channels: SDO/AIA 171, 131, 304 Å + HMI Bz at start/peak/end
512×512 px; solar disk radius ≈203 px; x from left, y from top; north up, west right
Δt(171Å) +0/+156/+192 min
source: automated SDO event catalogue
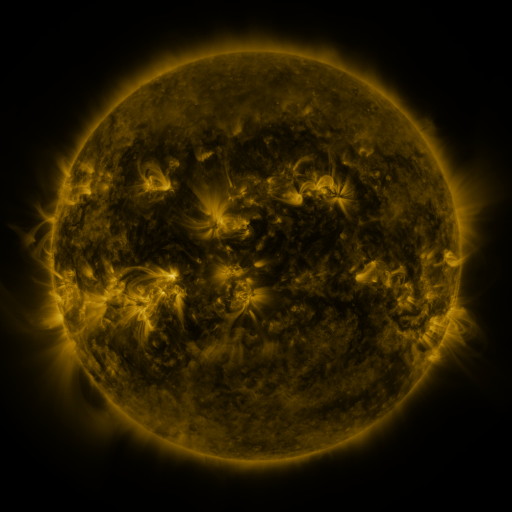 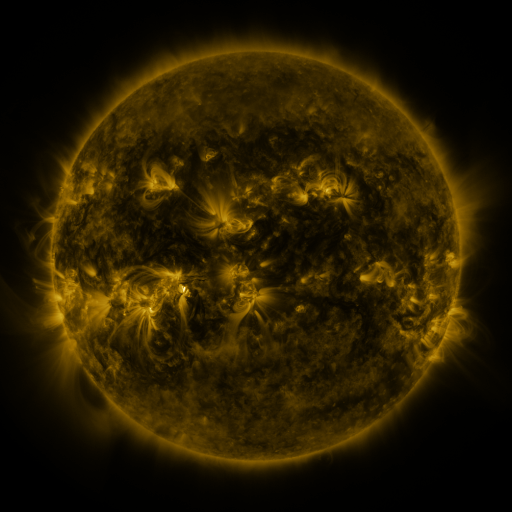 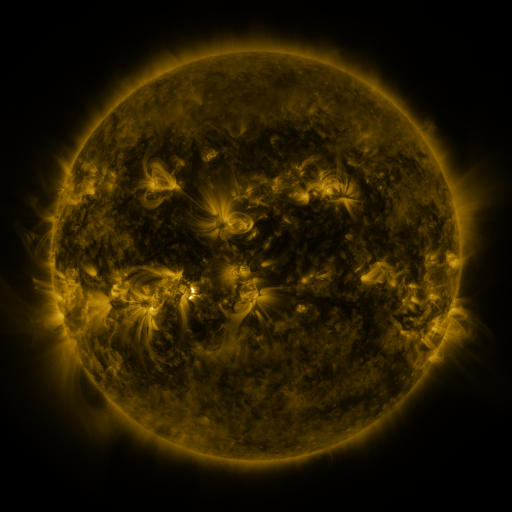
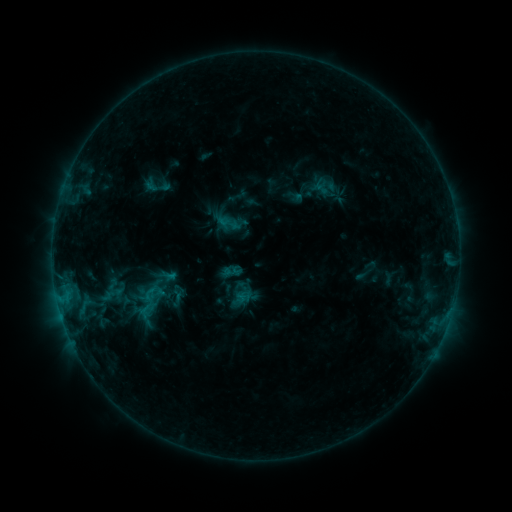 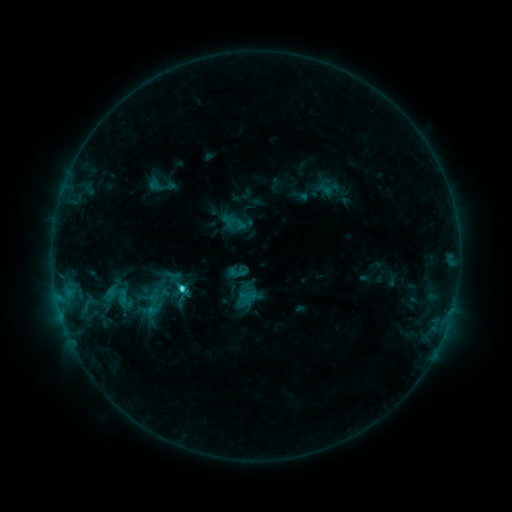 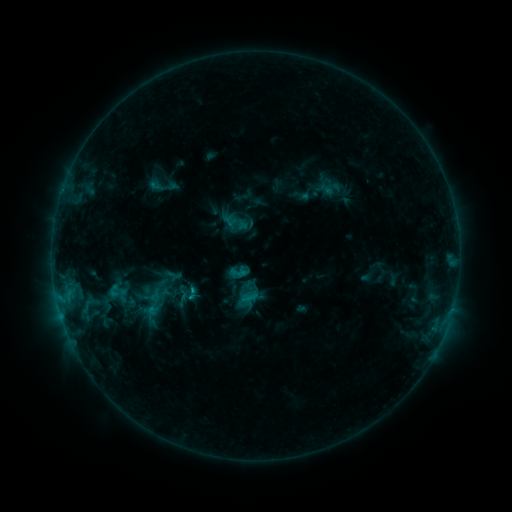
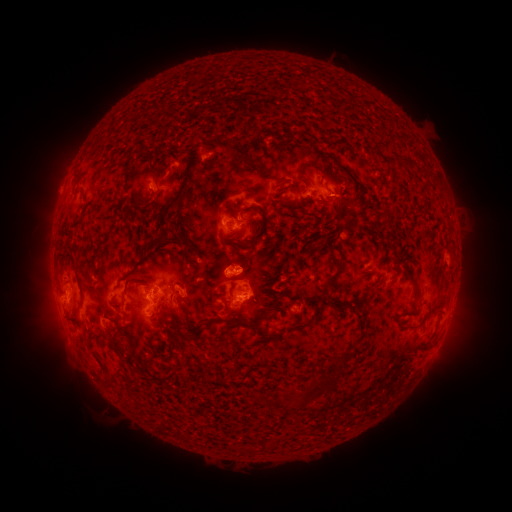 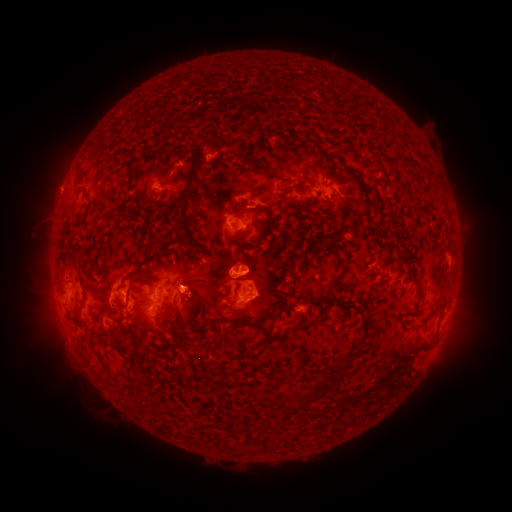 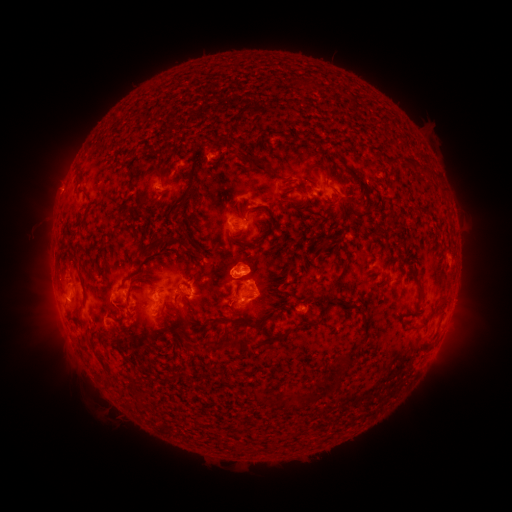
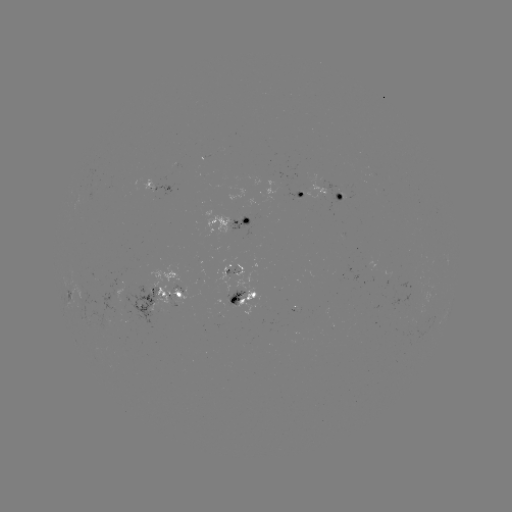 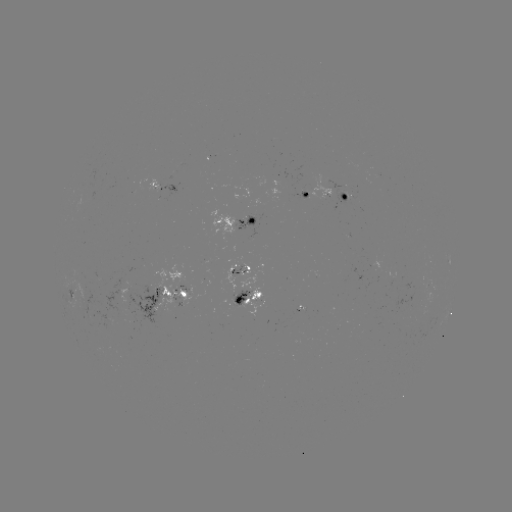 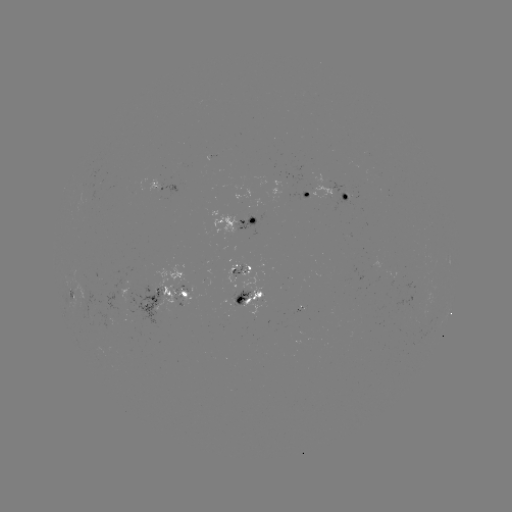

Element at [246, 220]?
emerging-flux region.